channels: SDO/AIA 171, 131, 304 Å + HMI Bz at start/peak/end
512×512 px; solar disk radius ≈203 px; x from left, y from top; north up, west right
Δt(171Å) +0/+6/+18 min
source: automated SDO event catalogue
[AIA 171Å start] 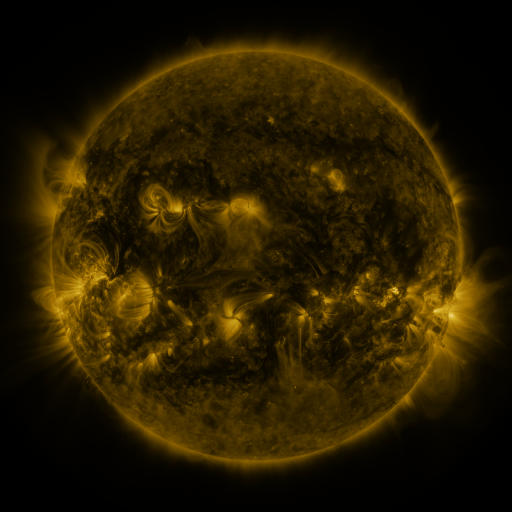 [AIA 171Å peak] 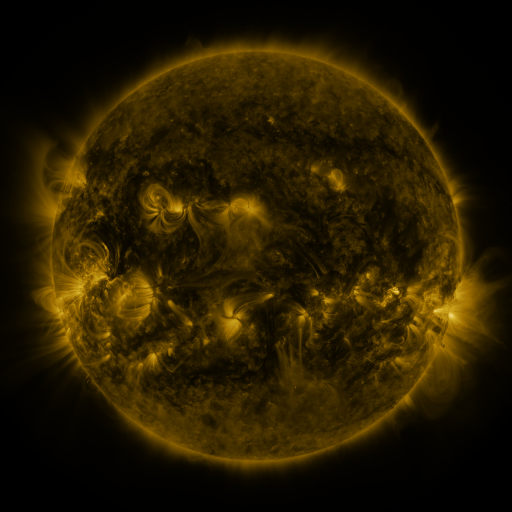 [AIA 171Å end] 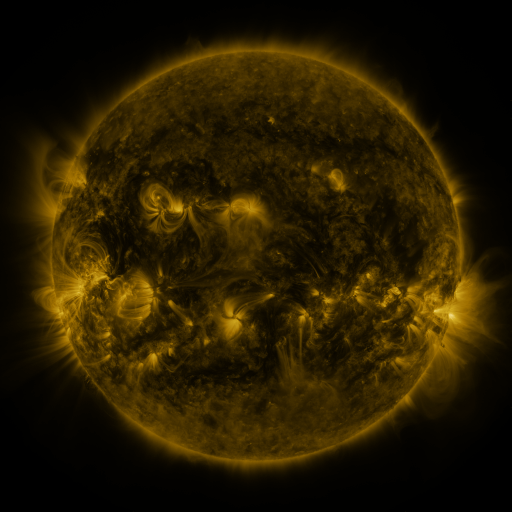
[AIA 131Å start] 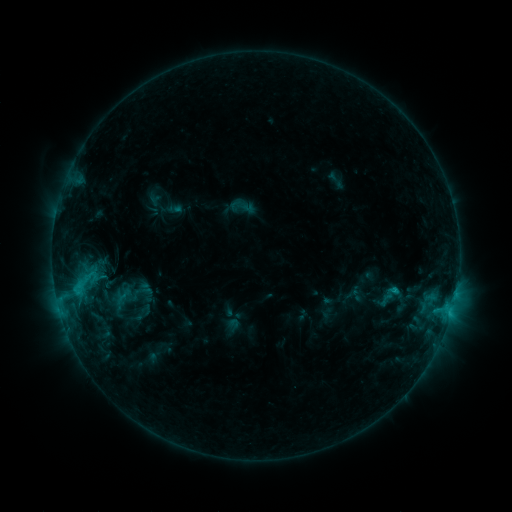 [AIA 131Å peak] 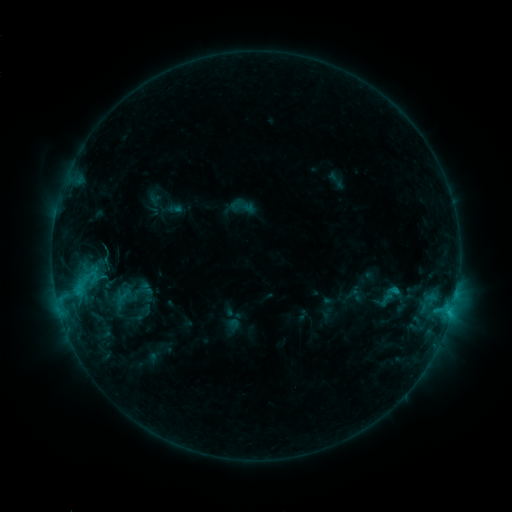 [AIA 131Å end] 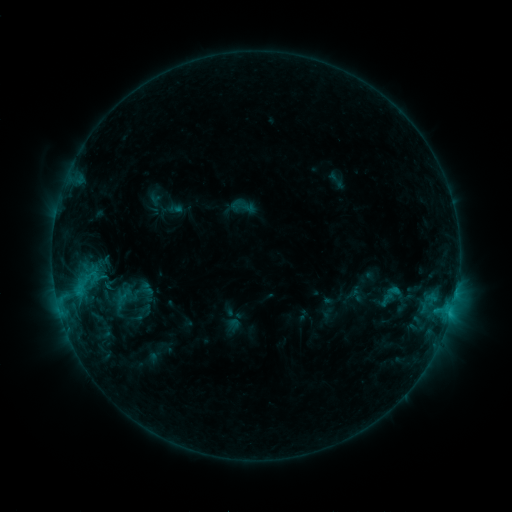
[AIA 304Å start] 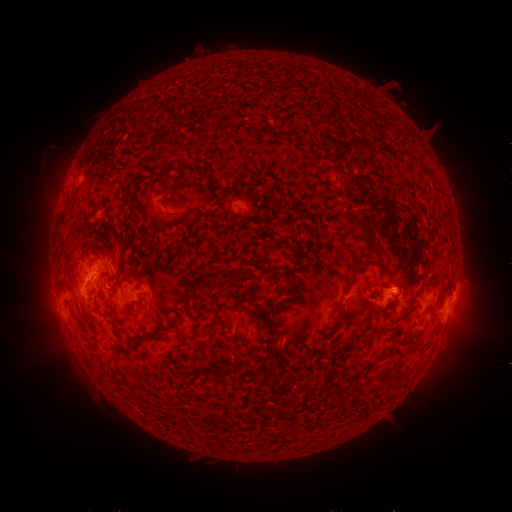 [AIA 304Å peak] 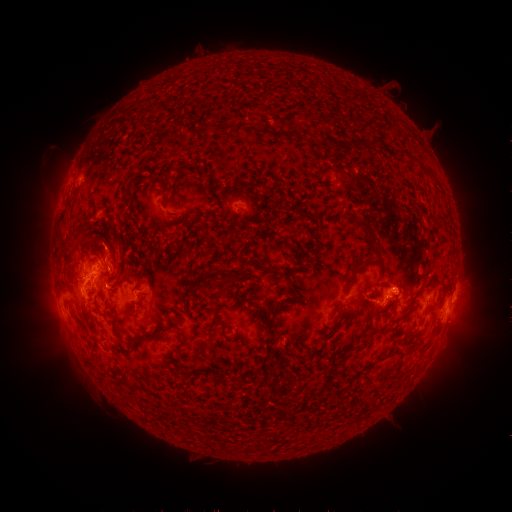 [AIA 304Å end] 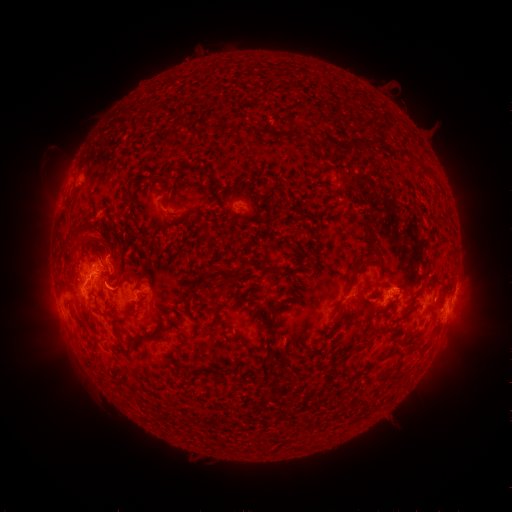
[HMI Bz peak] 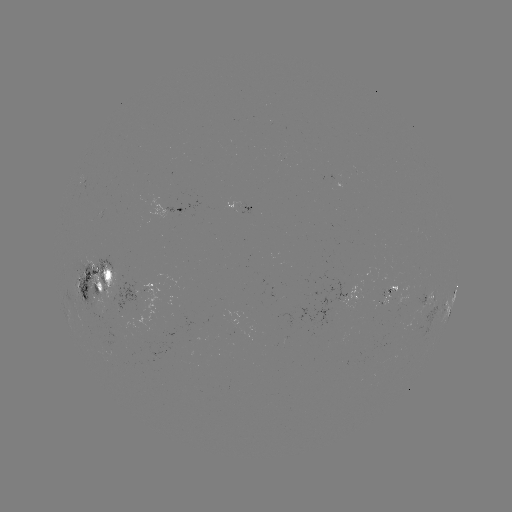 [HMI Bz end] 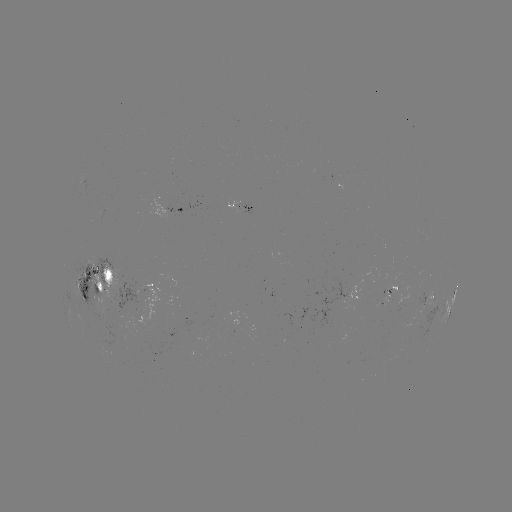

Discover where eruption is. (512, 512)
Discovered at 103,239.